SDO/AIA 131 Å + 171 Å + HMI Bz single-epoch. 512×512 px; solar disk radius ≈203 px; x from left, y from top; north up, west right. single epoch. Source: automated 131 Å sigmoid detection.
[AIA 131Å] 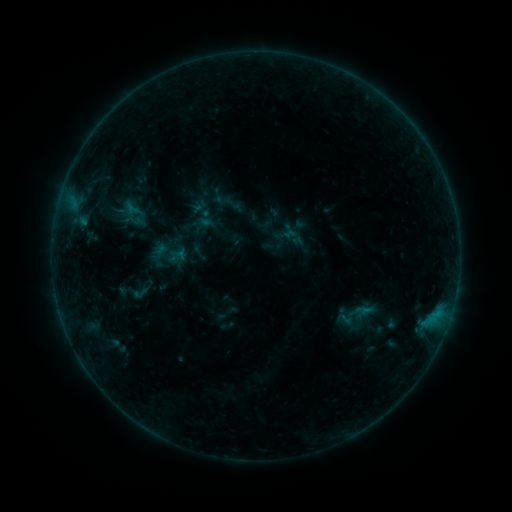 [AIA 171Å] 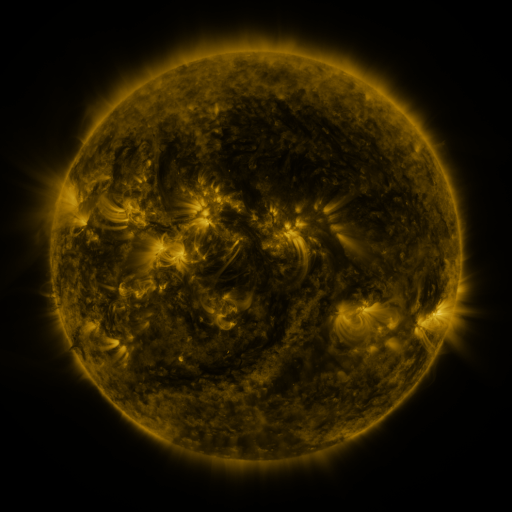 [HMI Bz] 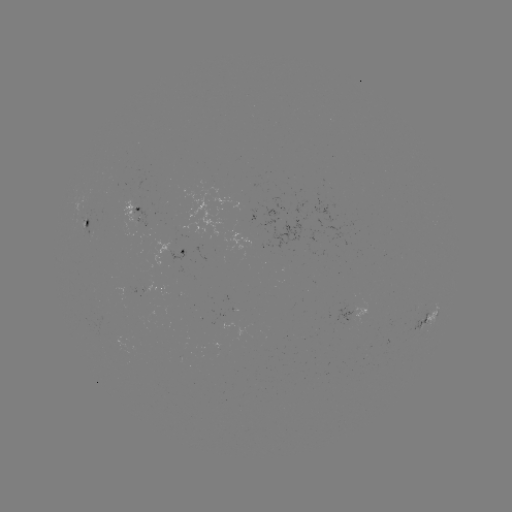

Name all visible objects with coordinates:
sigmoid: (140, 293)
